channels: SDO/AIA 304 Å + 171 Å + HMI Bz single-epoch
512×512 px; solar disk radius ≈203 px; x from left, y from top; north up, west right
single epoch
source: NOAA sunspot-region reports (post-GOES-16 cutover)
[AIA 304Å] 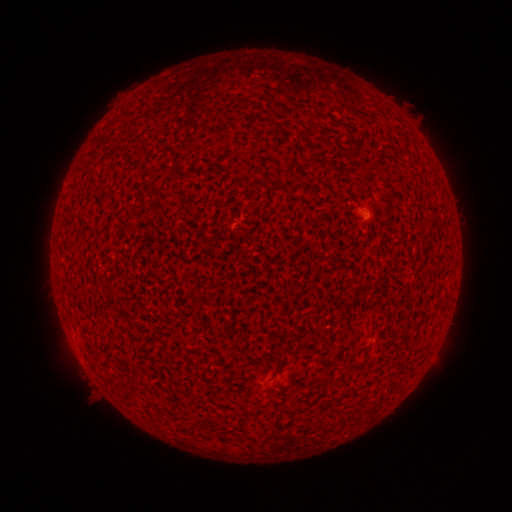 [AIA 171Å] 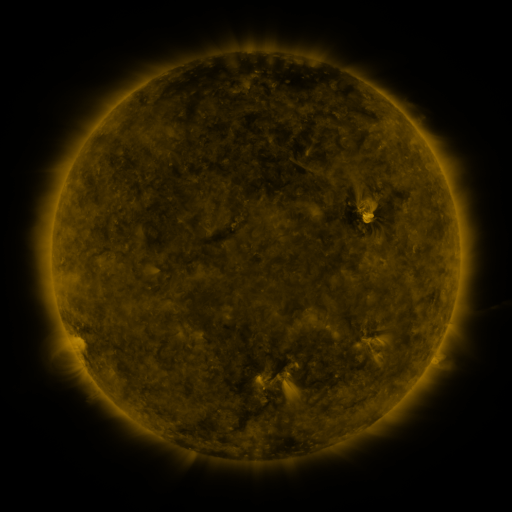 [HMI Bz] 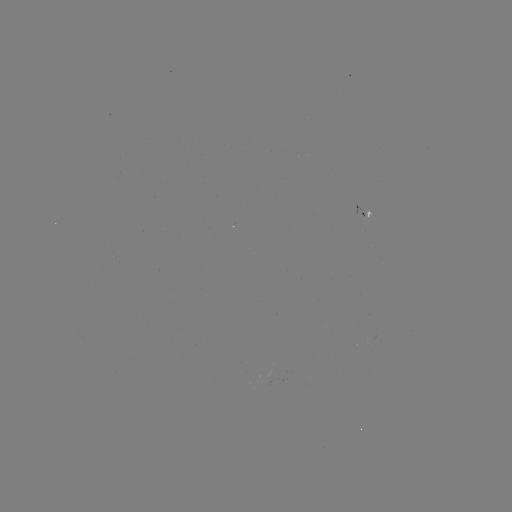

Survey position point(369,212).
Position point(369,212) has spotted active region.